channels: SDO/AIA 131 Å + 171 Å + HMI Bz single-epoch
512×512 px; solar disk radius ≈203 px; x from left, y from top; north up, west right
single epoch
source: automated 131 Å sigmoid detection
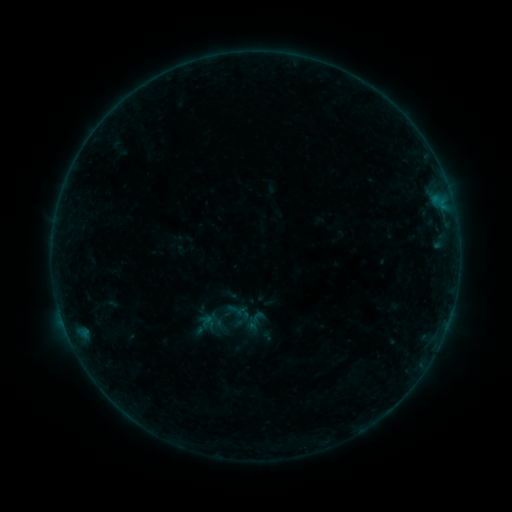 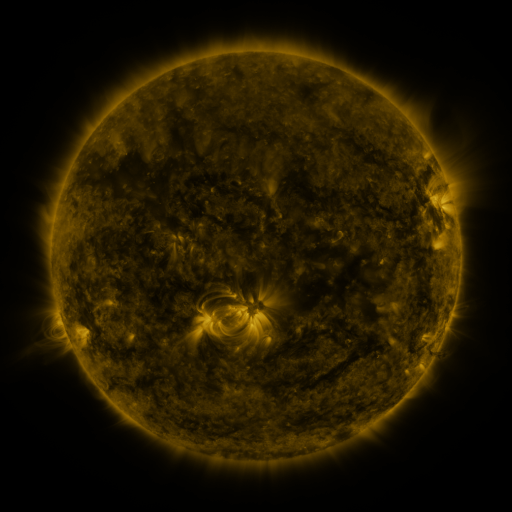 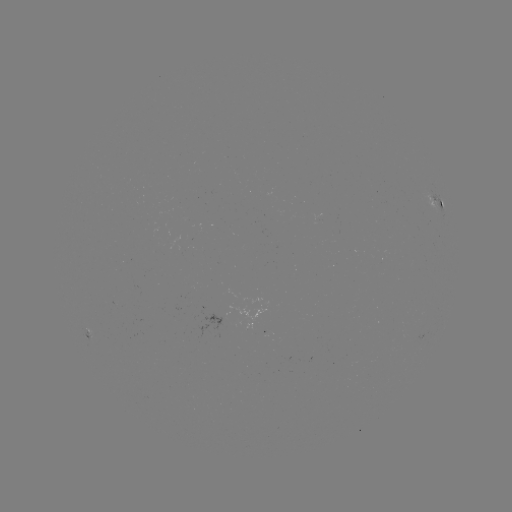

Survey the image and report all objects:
sigmoid: (242, 319)
